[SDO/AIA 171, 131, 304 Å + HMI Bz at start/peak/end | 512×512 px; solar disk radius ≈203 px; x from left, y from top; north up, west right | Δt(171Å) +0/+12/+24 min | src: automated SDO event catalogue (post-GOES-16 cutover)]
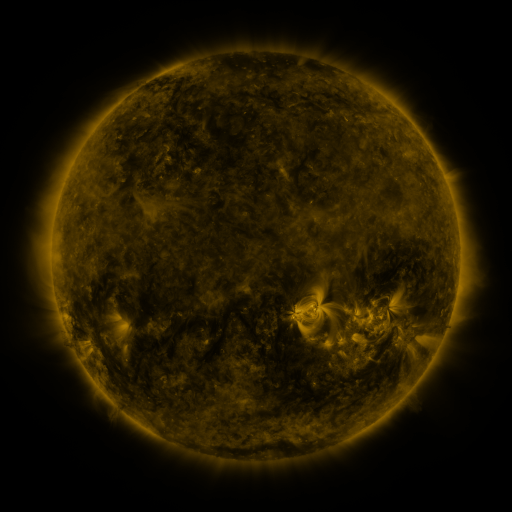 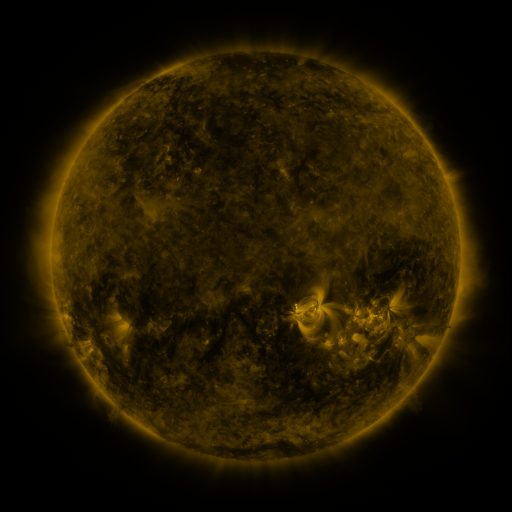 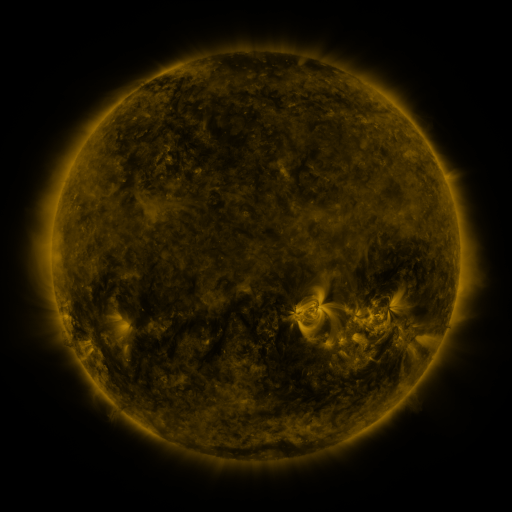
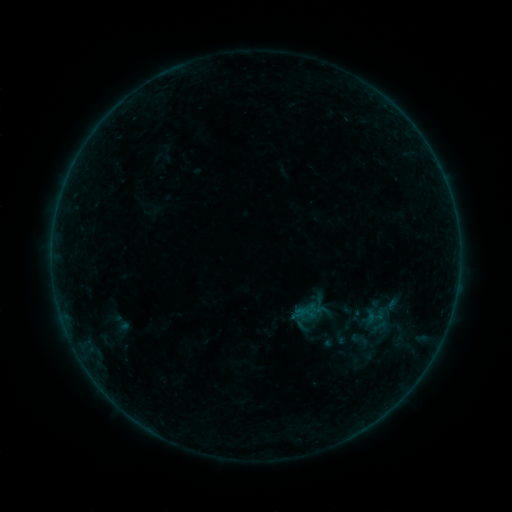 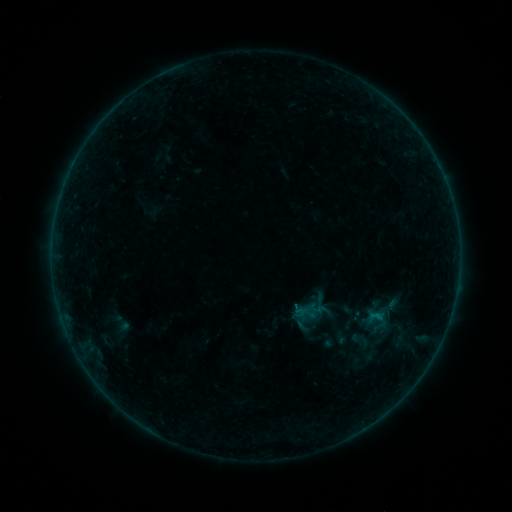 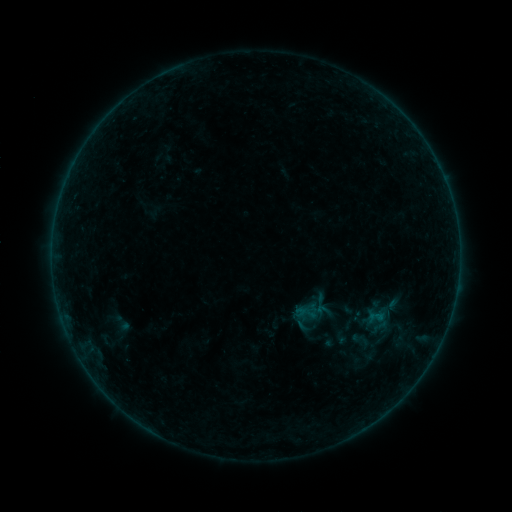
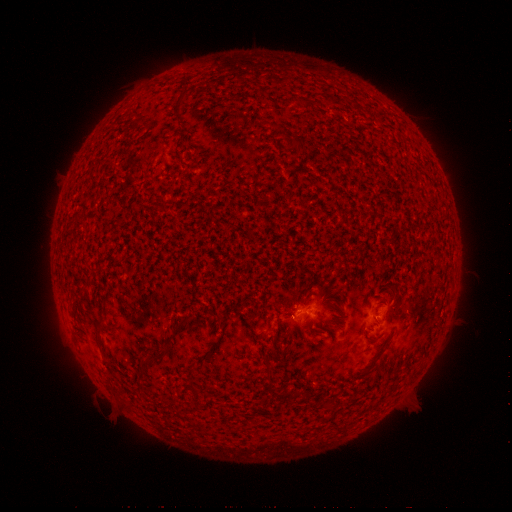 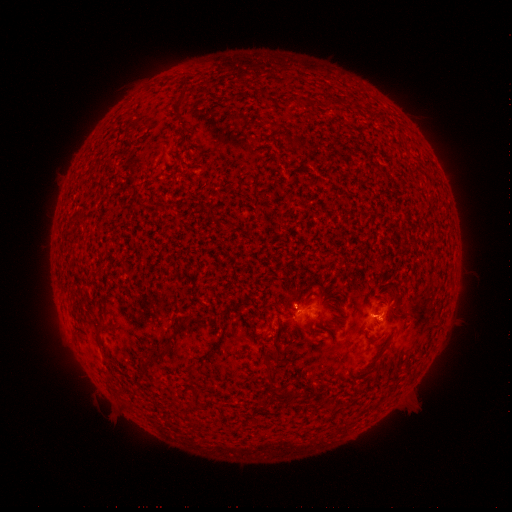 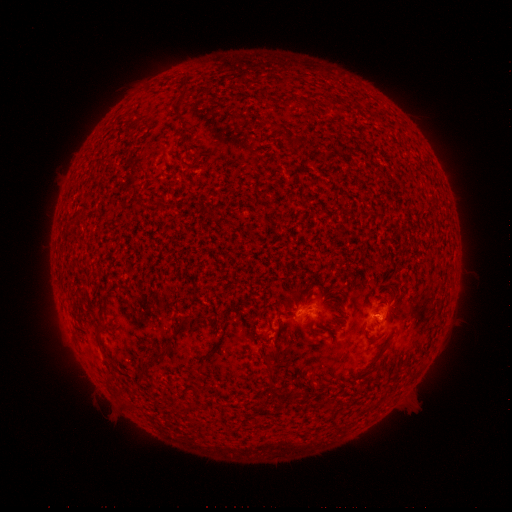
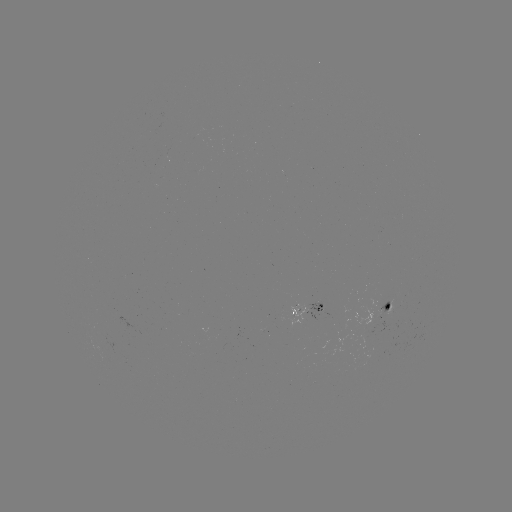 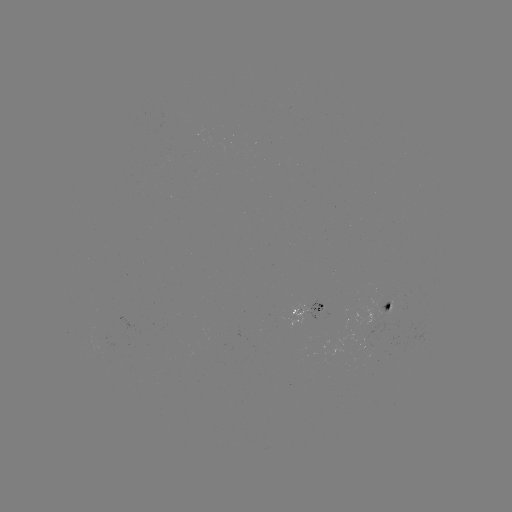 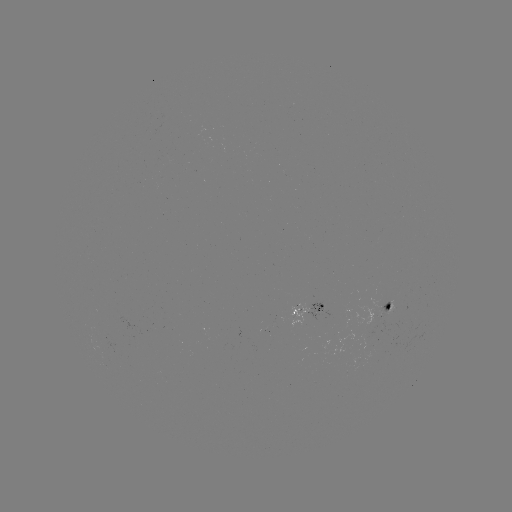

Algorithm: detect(B2.4 flare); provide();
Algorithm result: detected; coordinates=377,314